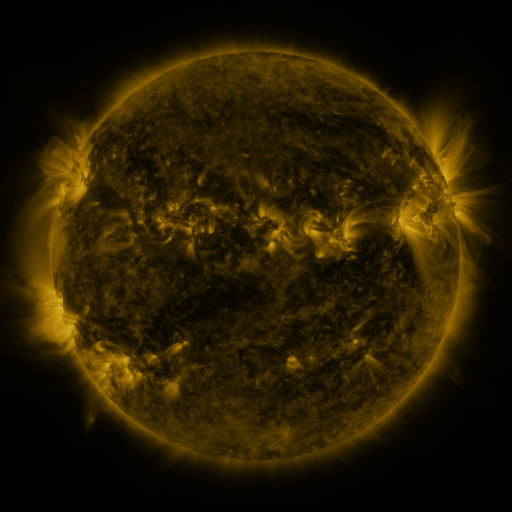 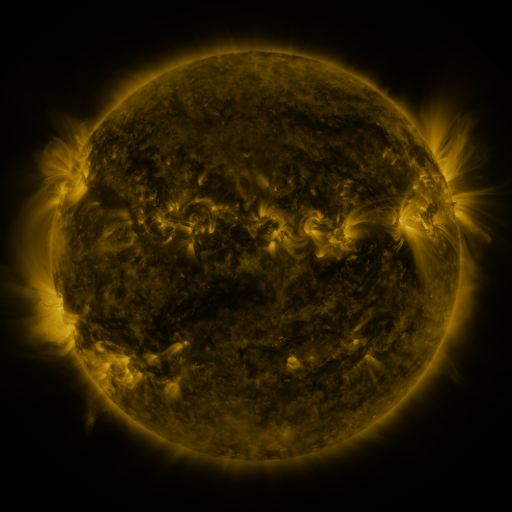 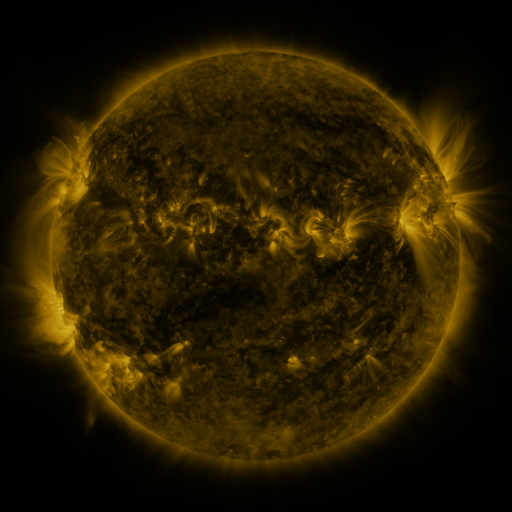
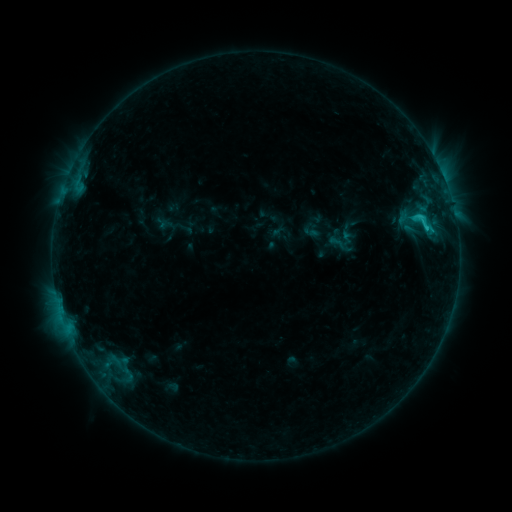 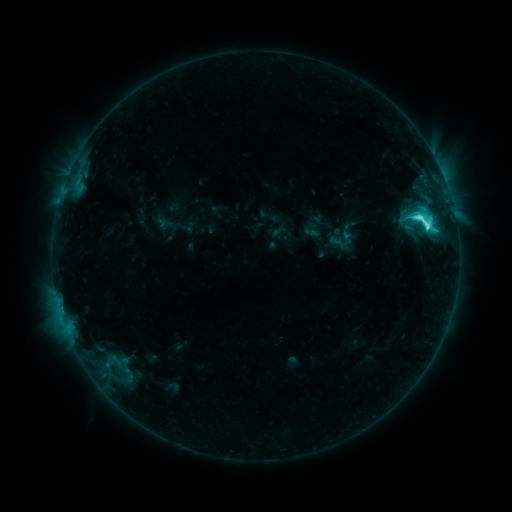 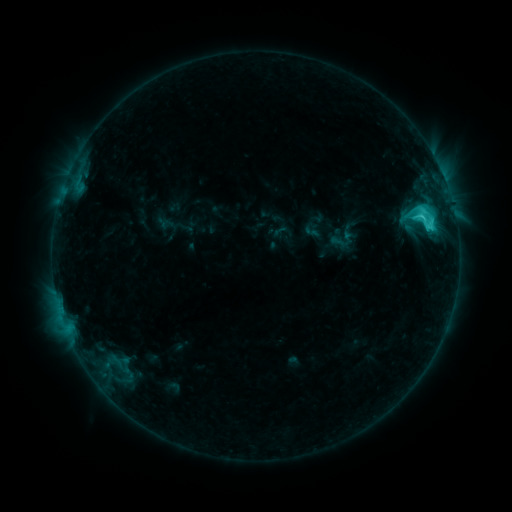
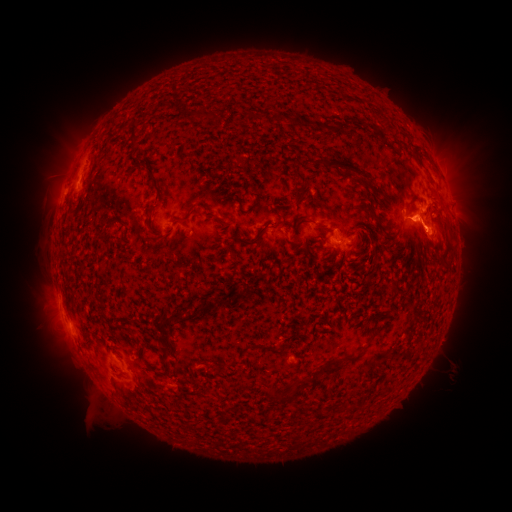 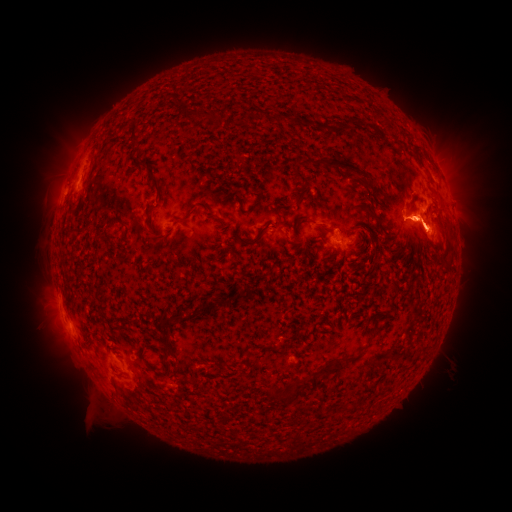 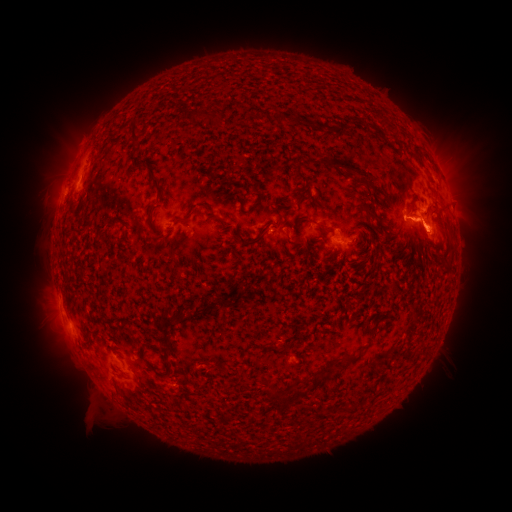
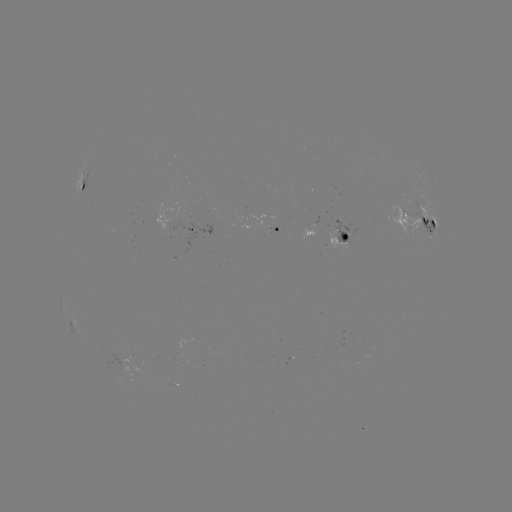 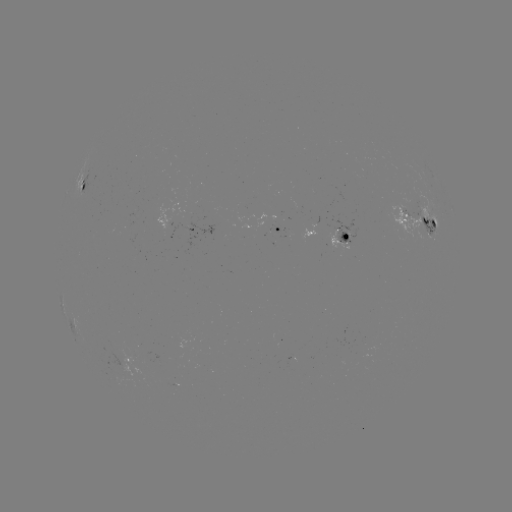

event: flare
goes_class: C7.6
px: (417, 220)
